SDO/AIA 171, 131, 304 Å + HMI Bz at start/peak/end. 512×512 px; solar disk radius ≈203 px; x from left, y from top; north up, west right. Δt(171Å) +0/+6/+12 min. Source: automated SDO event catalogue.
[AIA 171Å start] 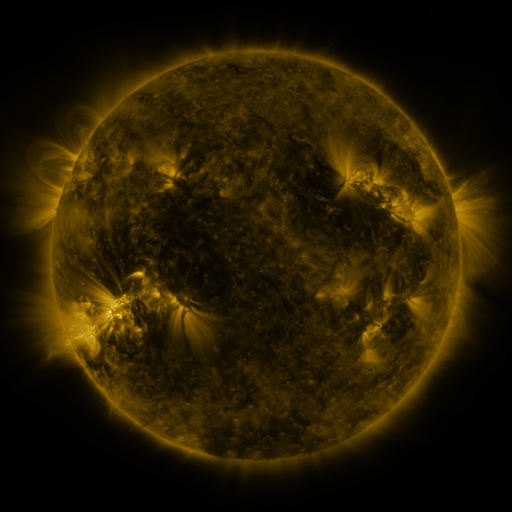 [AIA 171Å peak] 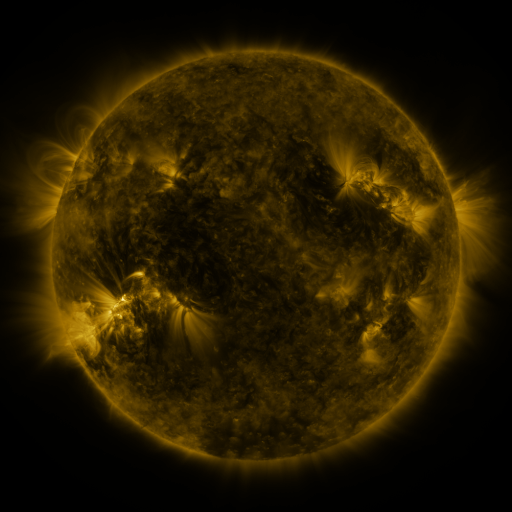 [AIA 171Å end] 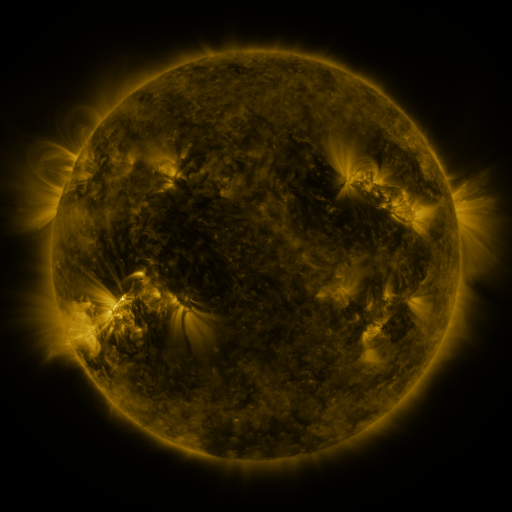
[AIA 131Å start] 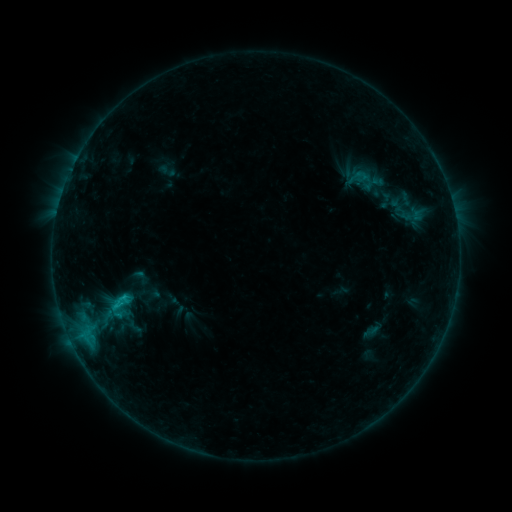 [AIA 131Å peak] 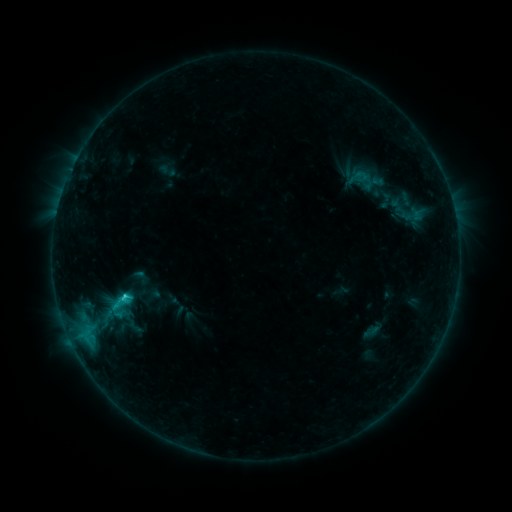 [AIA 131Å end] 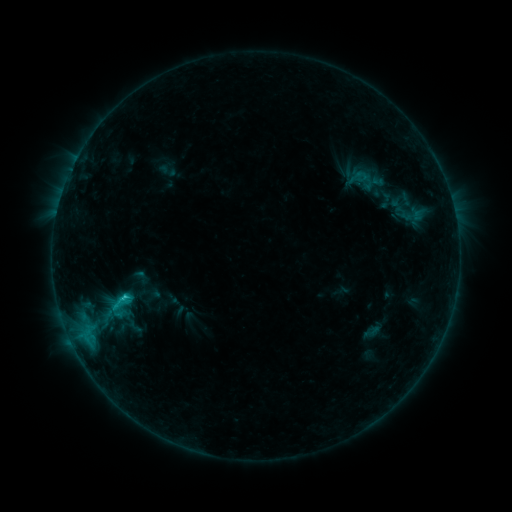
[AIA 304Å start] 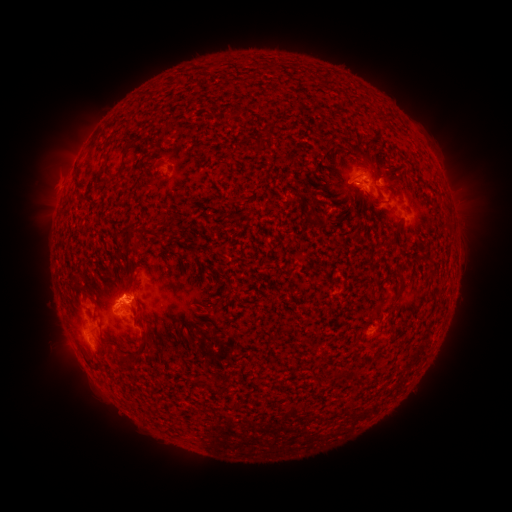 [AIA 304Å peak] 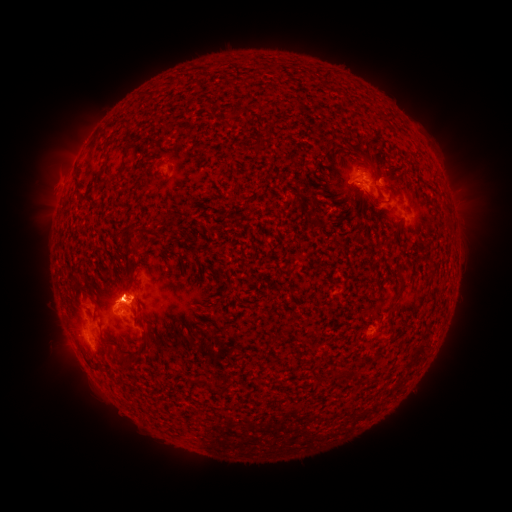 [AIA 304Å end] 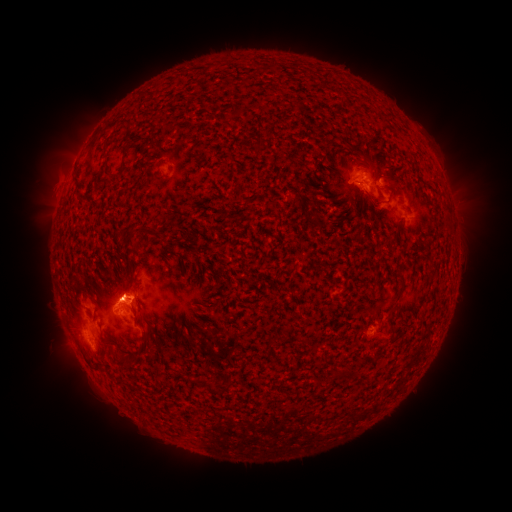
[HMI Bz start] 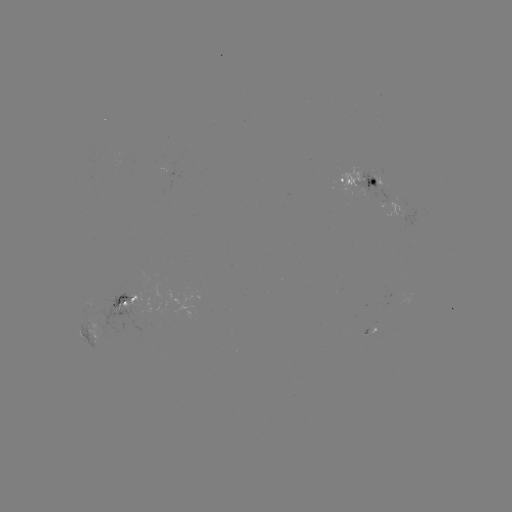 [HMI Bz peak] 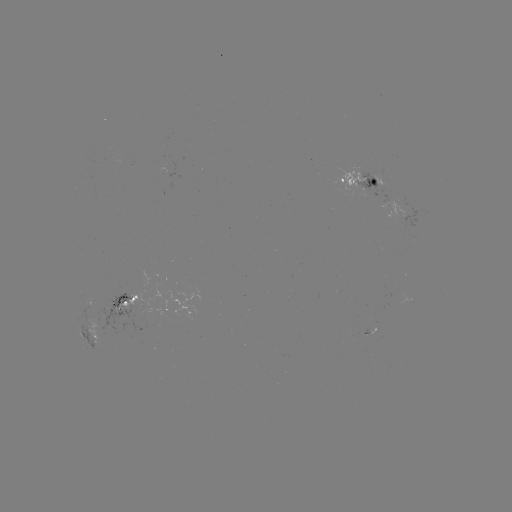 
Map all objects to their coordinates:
C1.5 flare: (126, 295)
